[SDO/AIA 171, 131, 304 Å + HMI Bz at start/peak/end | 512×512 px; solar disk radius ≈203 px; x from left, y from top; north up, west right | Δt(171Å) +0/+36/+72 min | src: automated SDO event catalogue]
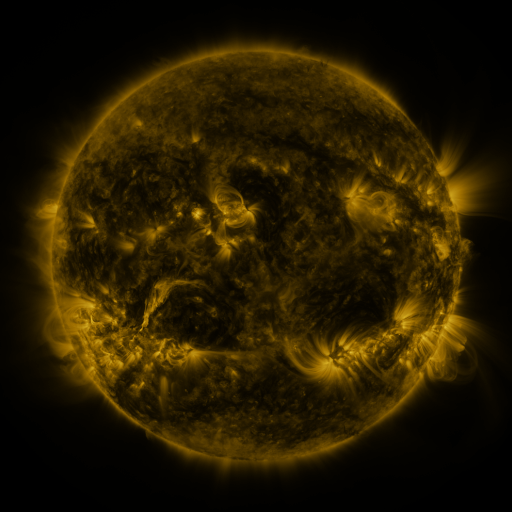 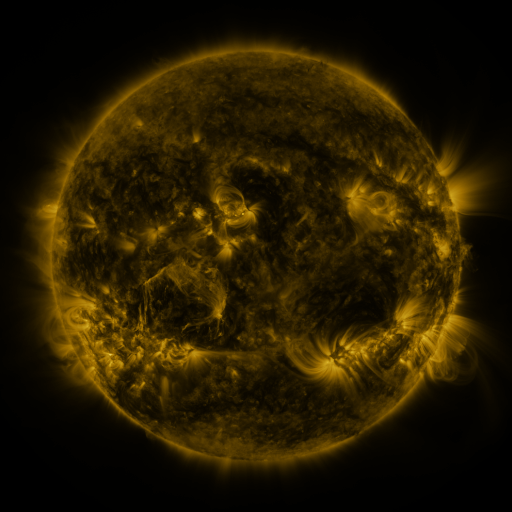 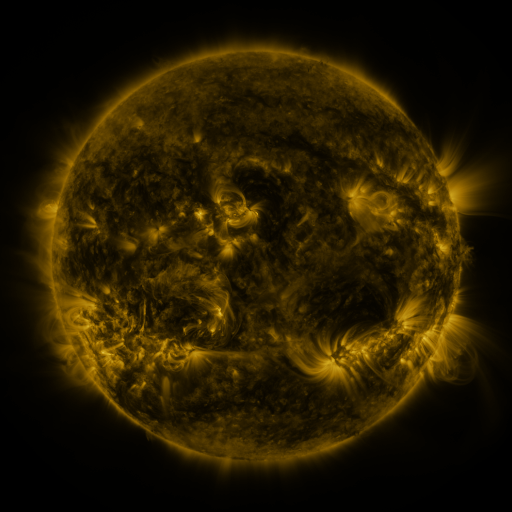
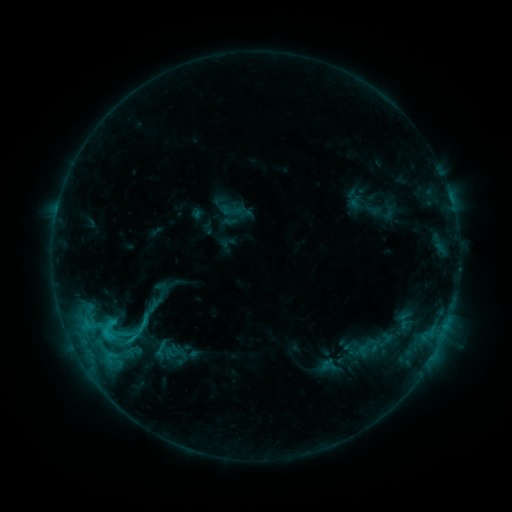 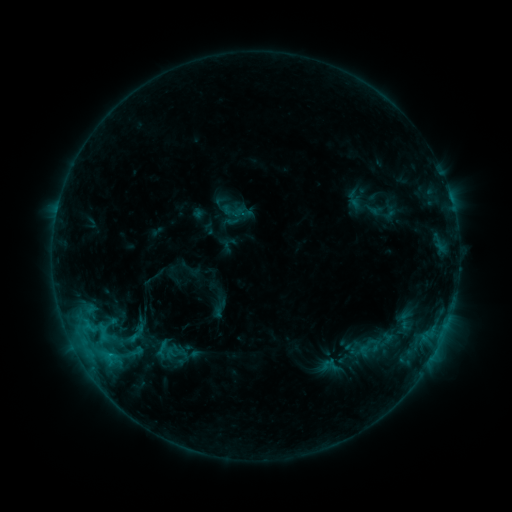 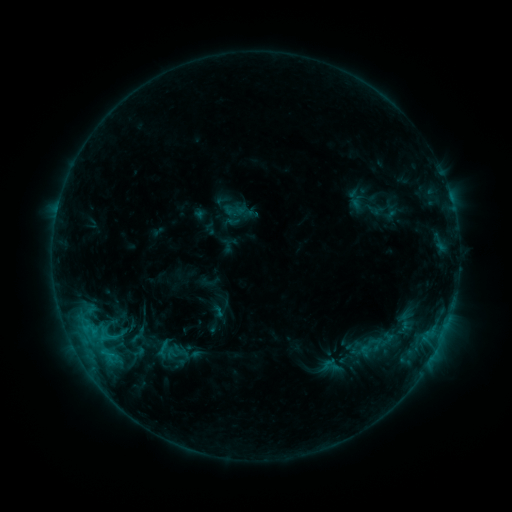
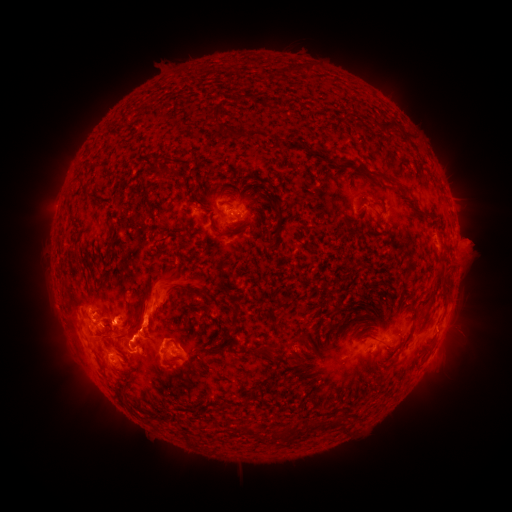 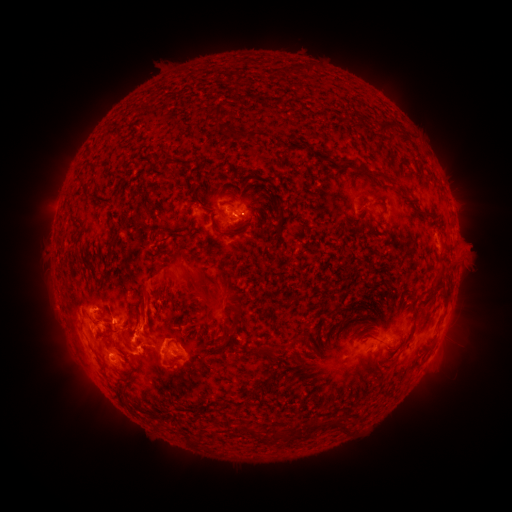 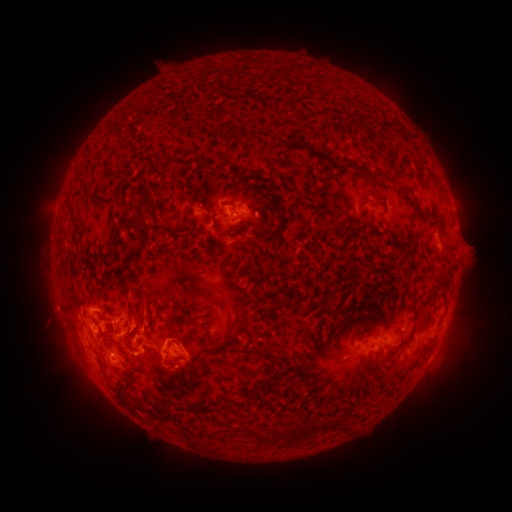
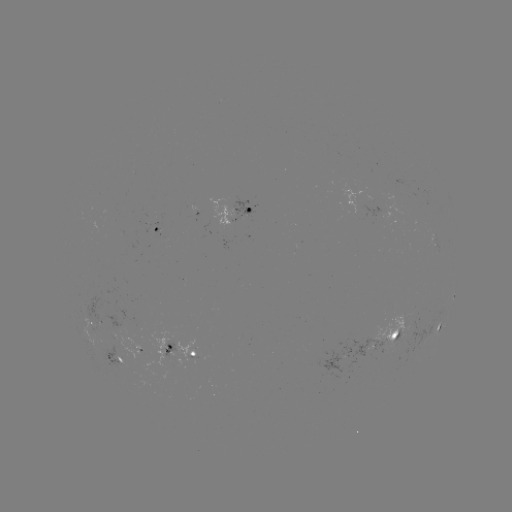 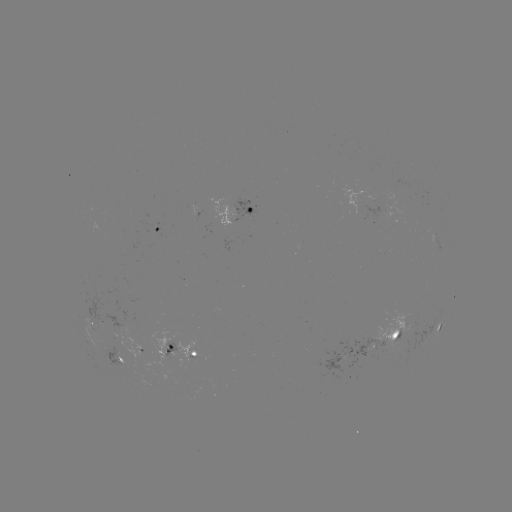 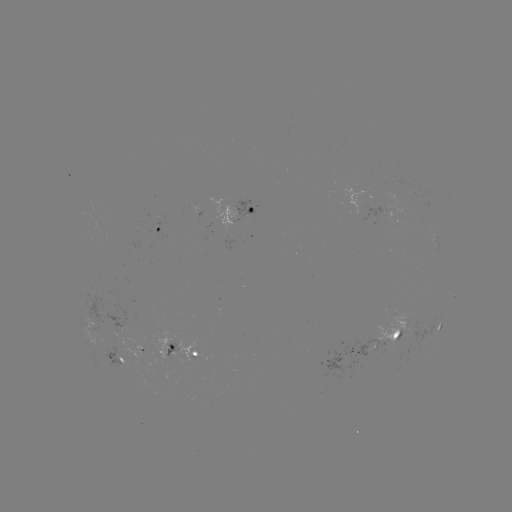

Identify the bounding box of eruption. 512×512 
[115, 242, 244, 350].